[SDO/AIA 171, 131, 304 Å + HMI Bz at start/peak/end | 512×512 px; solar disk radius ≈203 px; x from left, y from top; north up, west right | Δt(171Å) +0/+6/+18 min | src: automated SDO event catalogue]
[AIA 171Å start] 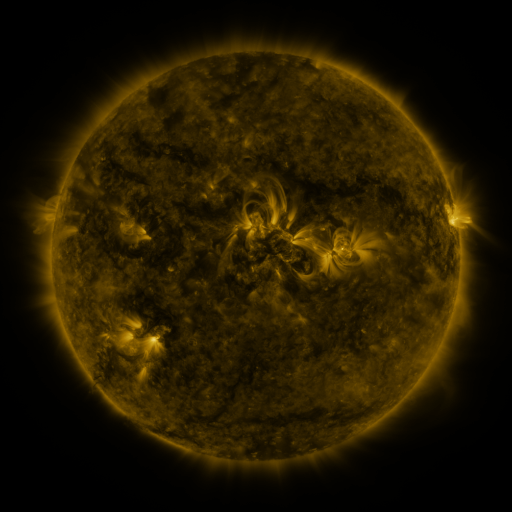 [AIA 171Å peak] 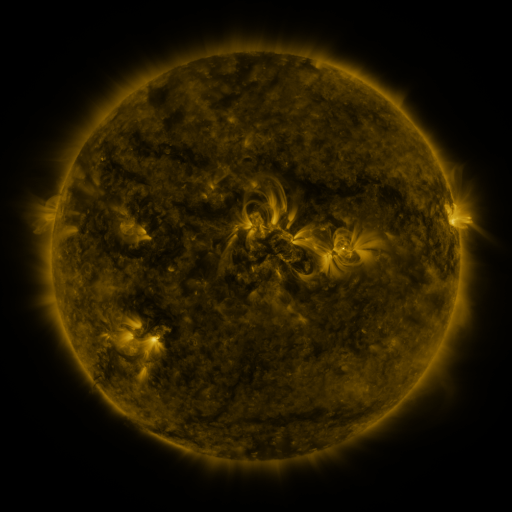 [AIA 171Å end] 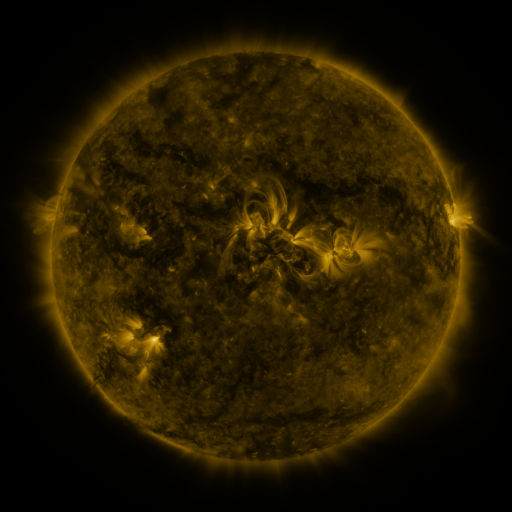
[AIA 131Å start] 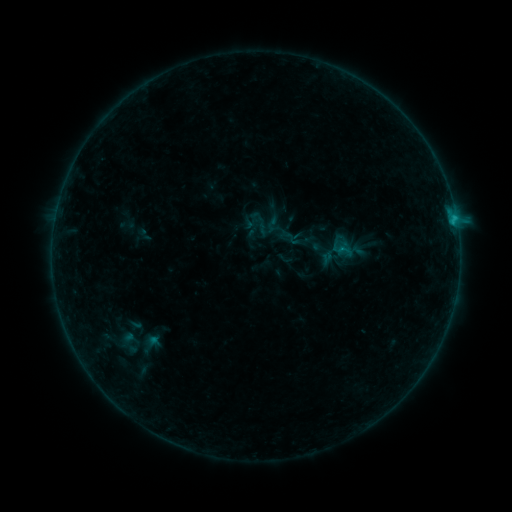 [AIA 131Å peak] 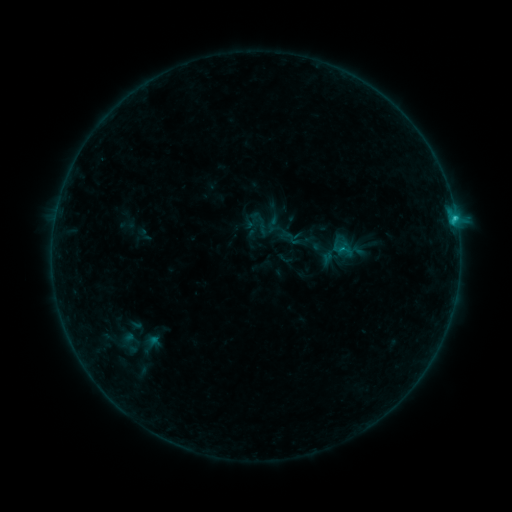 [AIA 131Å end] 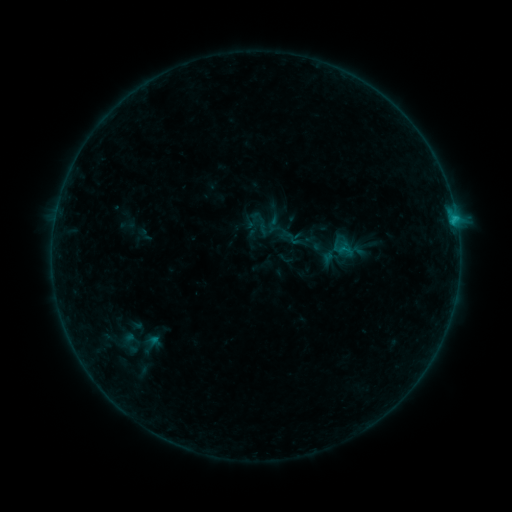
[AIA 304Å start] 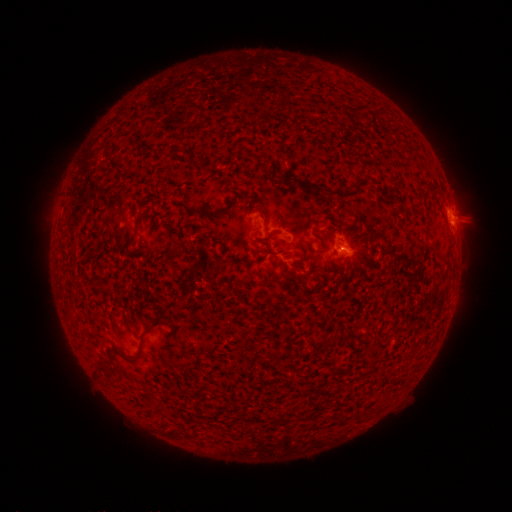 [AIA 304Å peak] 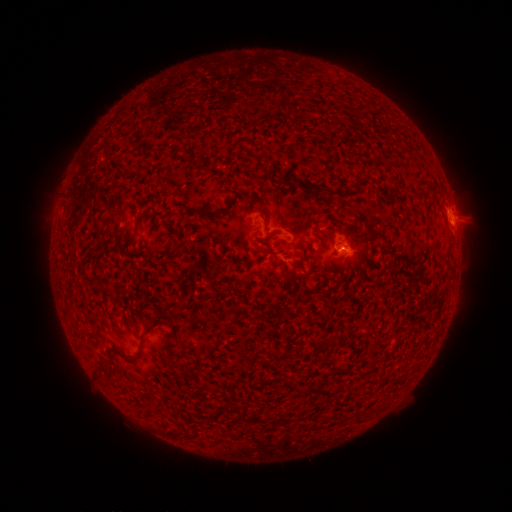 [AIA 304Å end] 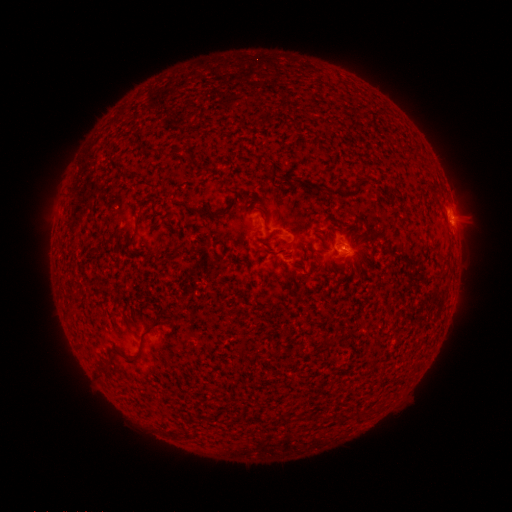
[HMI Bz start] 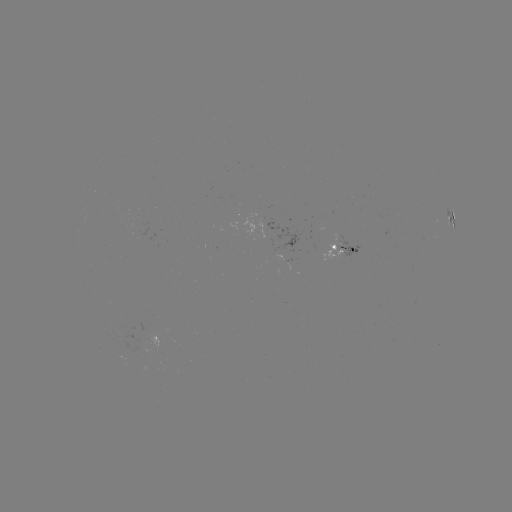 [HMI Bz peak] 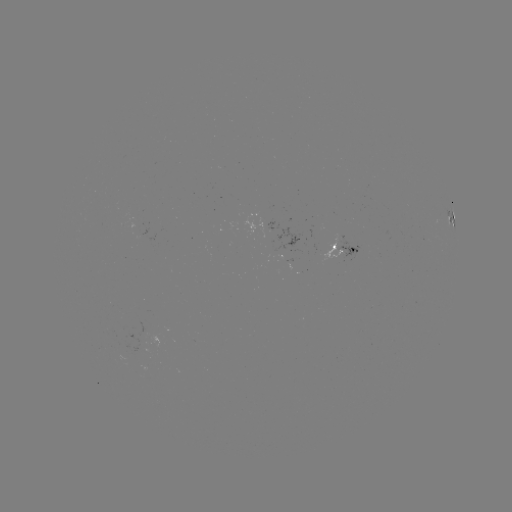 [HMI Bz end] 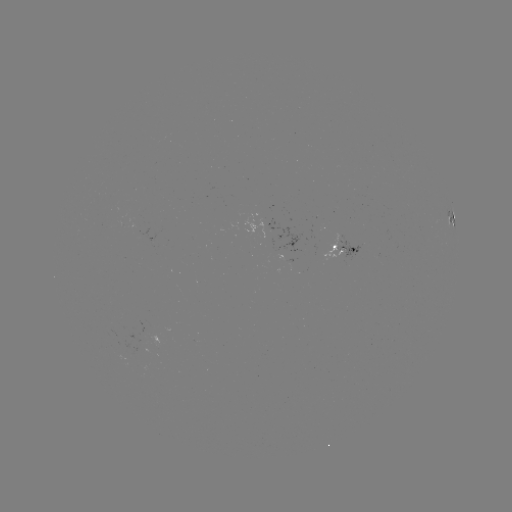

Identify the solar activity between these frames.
B7.2 flare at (454, 220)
